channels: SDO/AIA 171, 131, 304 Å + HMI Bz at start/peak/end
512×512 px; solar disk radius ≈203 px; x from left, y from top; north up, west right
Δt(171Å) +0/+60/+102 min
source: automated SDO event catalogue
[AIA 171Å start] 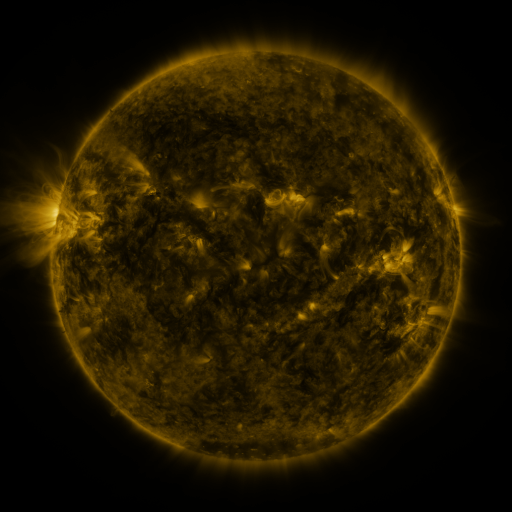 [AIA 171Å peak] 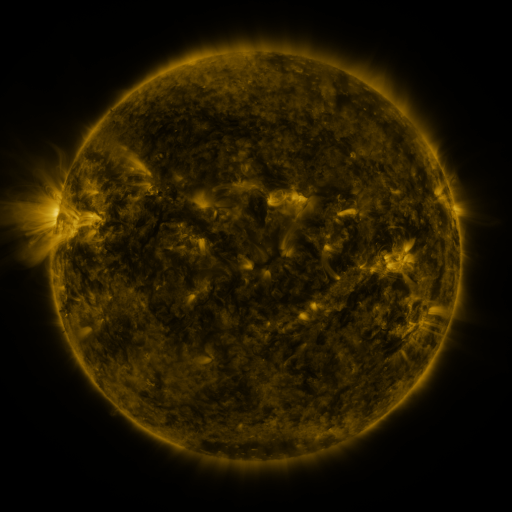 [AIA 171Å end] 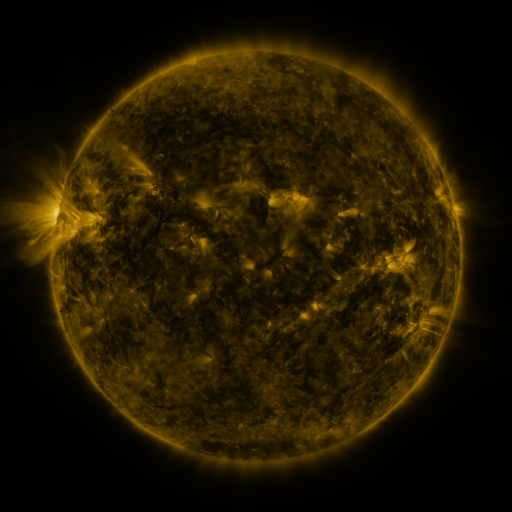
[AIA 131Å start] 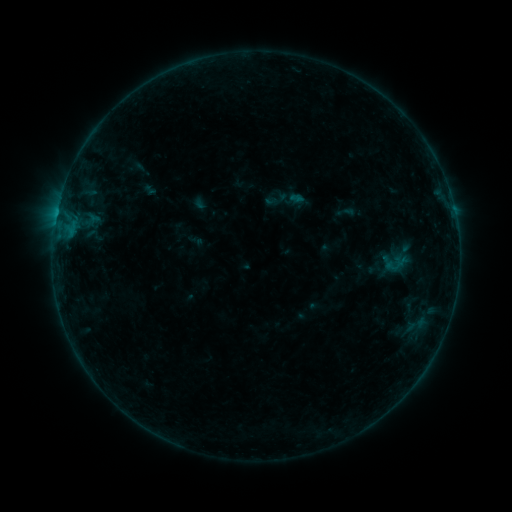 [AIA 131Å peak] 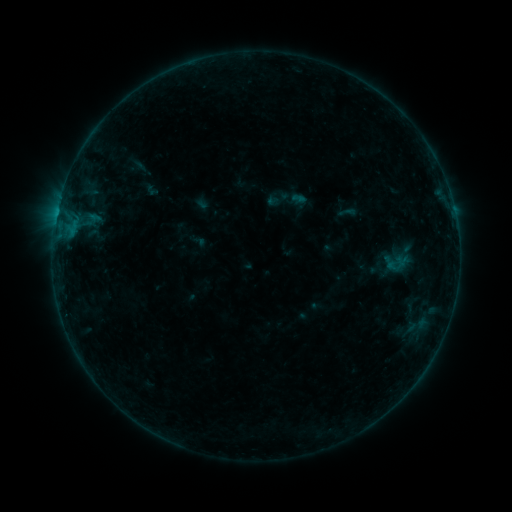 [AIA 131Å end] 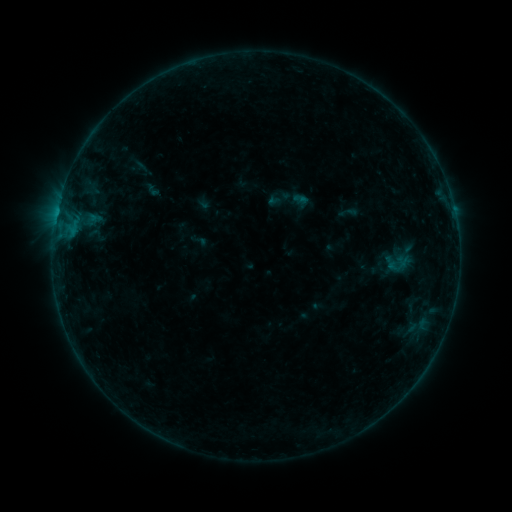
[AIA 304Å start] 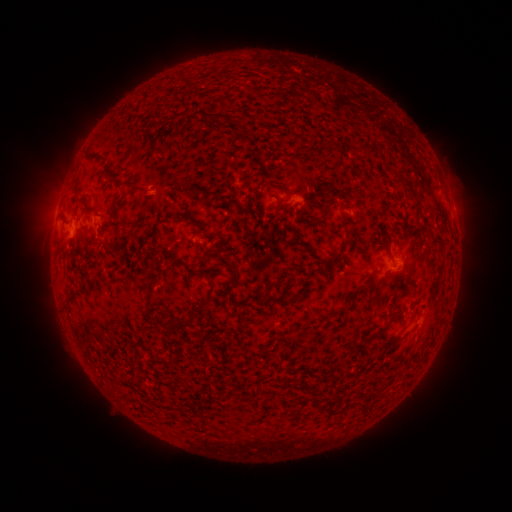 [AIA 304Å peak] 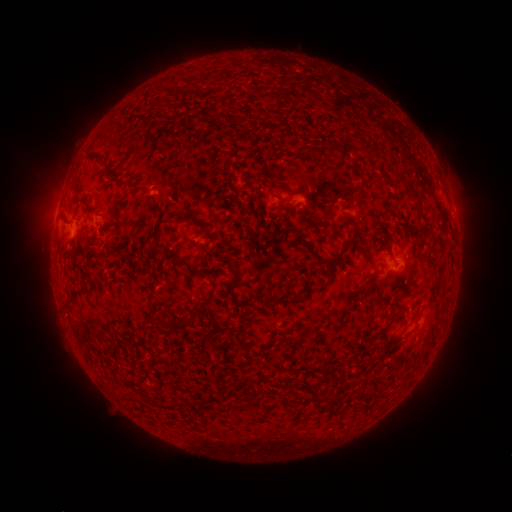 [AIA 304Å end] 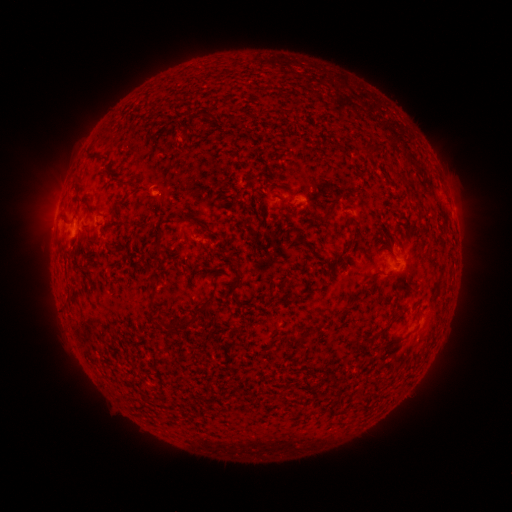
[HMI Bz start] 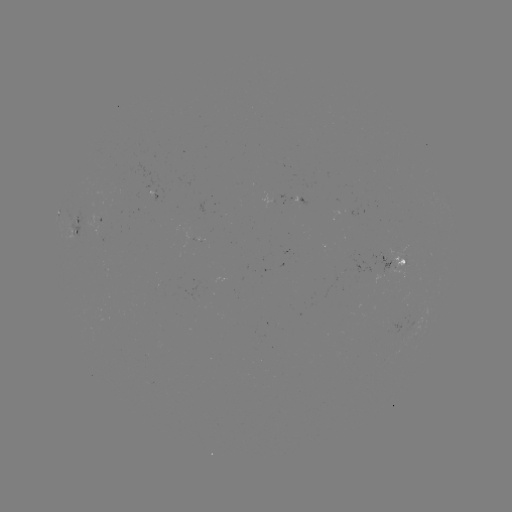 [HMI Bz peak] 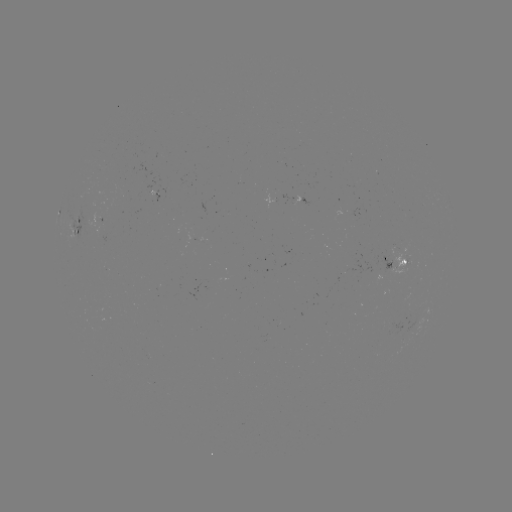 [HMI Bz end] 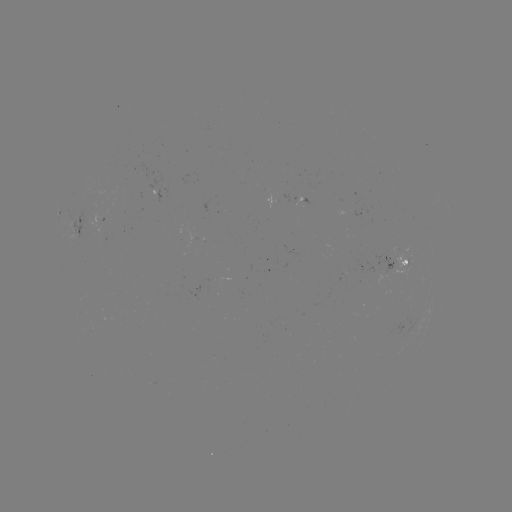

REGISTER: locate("emerging-flux region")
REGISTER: (99, 220)